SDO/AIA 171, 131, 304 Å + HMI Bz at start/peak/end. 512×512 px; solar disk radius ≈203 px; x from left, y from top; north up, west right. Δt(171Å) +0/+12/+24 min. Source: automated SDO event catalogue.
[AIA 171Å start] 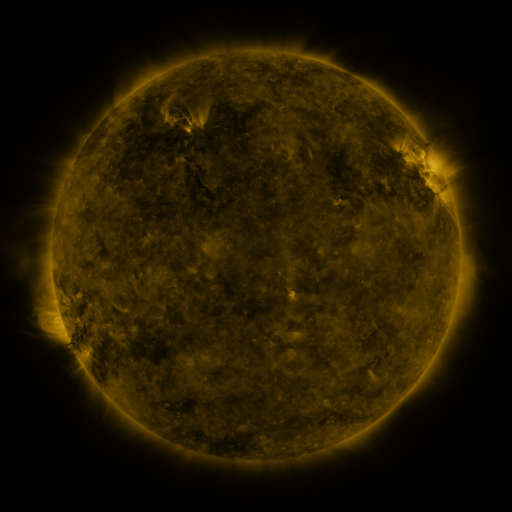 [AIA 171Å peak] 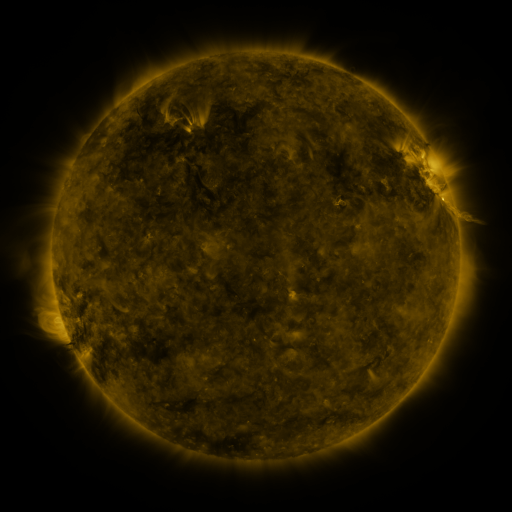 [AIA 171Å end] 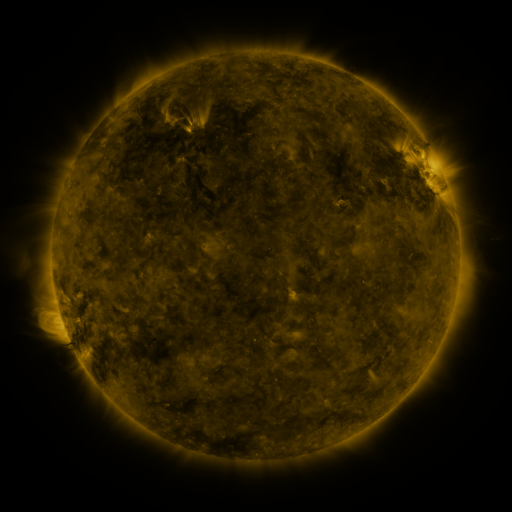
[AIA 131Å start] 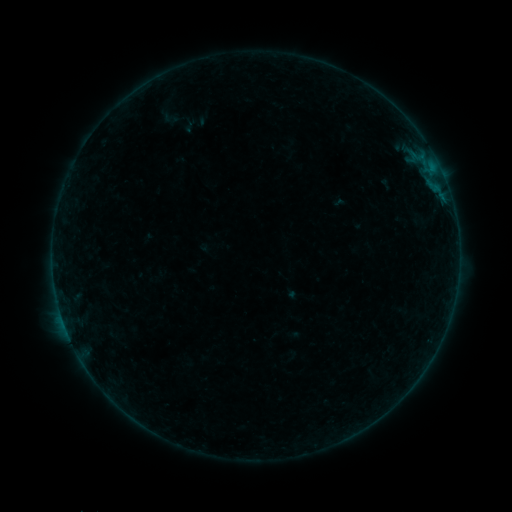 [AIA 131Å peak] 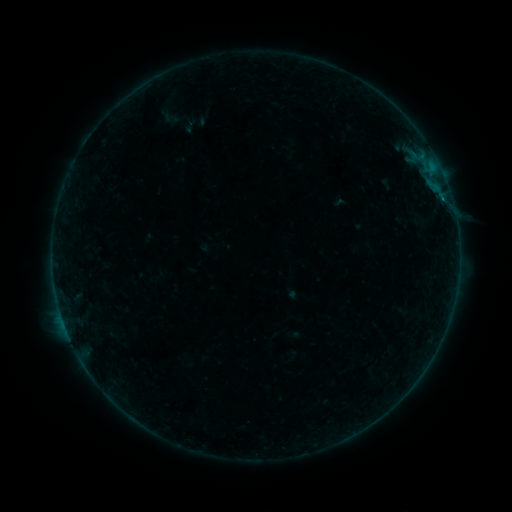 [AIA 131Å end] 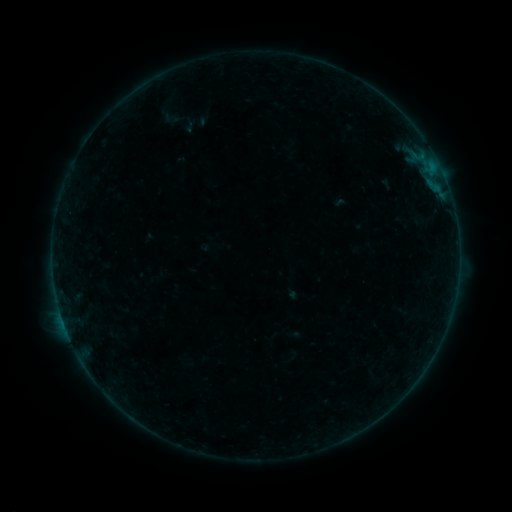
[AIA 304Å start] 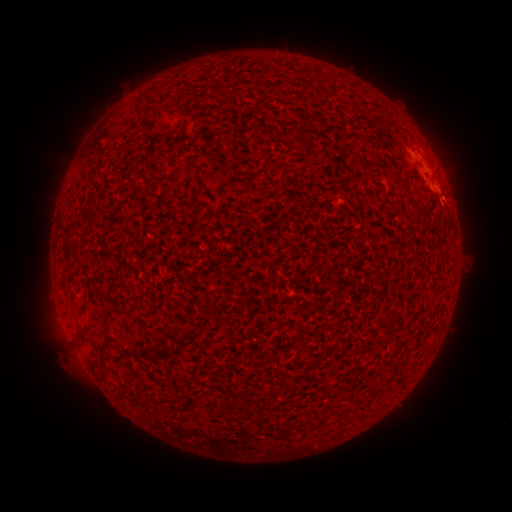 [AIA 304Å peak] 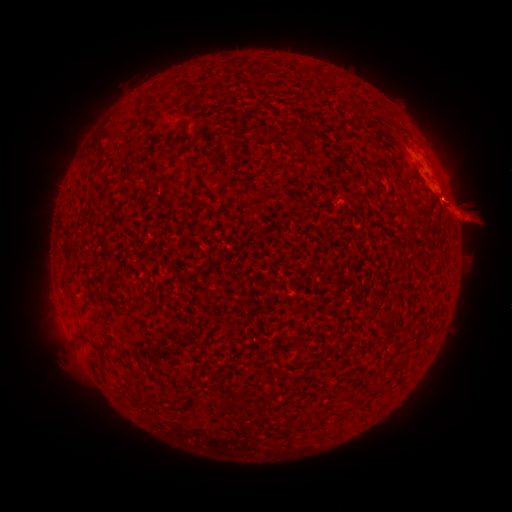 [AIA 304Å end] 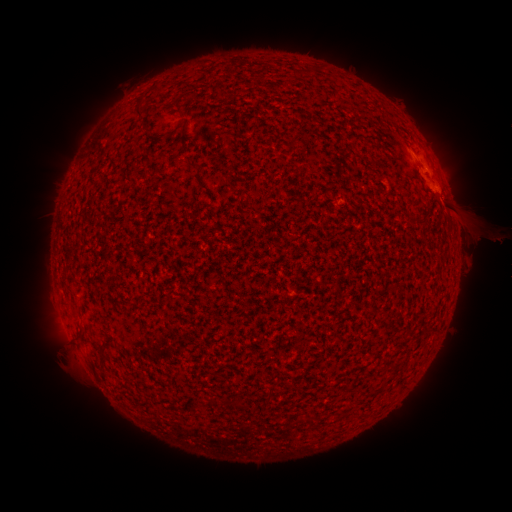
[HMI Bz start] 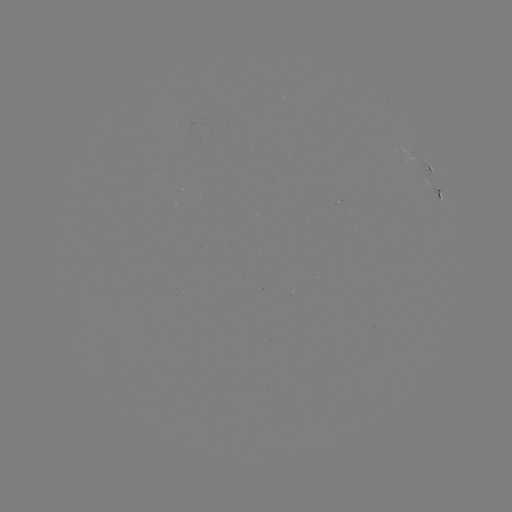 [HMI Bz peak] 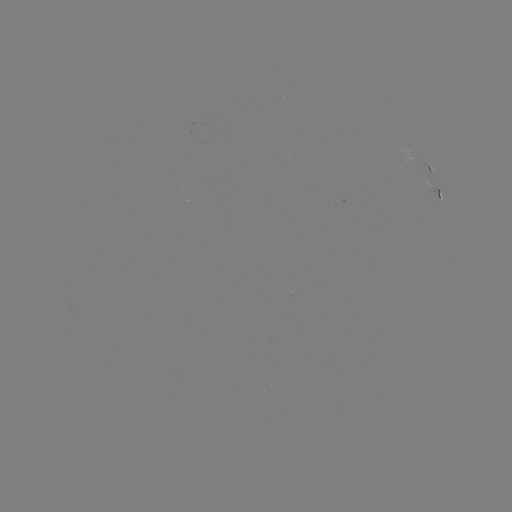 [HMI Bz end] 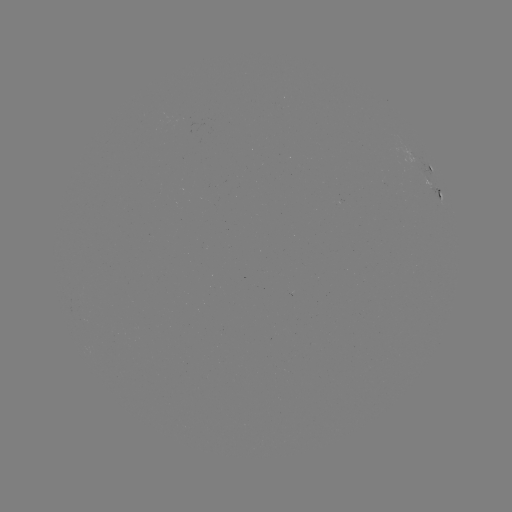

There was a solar eruption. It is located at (471, 212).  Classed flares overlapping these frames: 1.